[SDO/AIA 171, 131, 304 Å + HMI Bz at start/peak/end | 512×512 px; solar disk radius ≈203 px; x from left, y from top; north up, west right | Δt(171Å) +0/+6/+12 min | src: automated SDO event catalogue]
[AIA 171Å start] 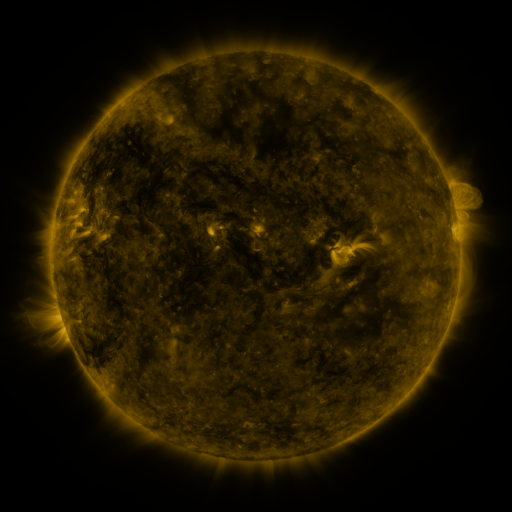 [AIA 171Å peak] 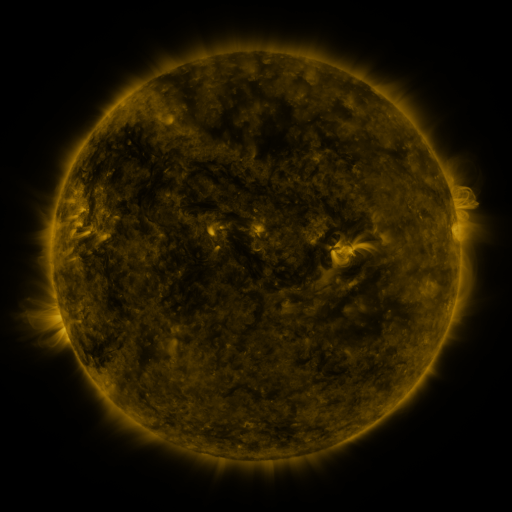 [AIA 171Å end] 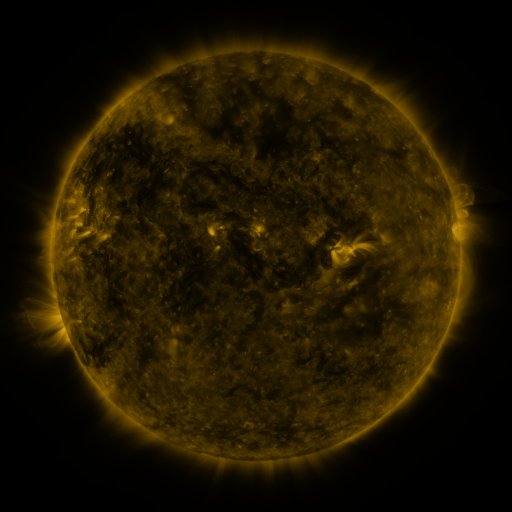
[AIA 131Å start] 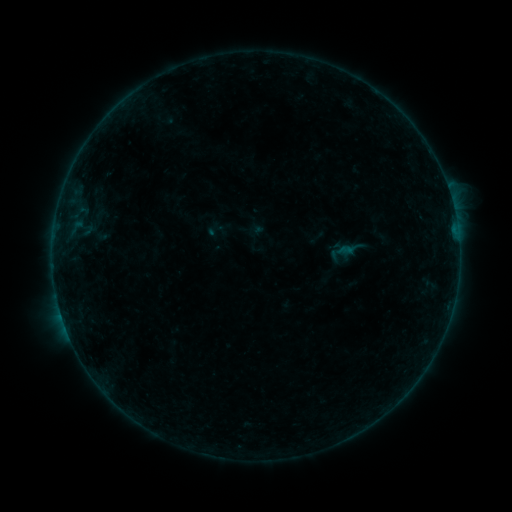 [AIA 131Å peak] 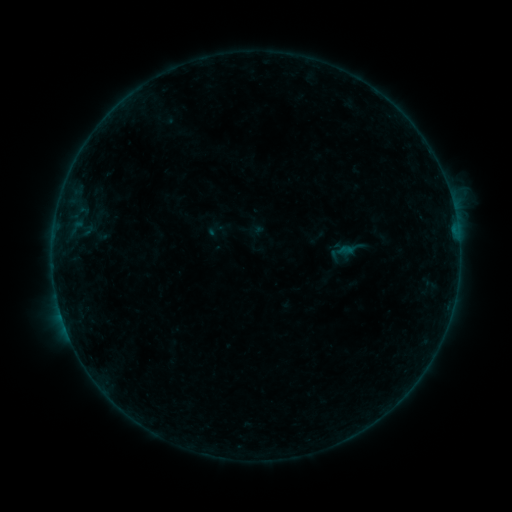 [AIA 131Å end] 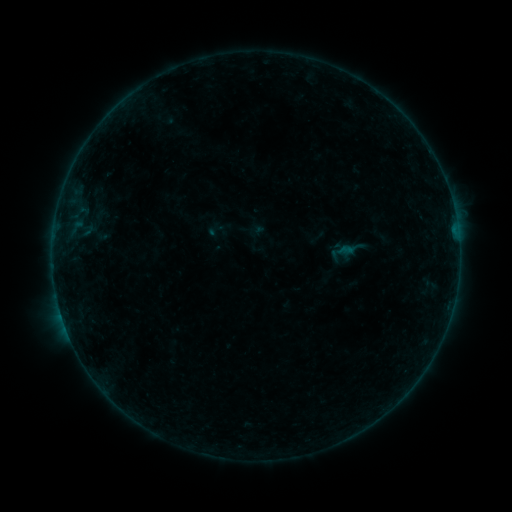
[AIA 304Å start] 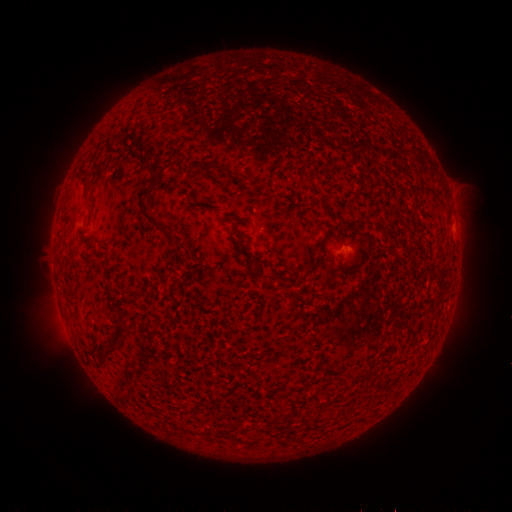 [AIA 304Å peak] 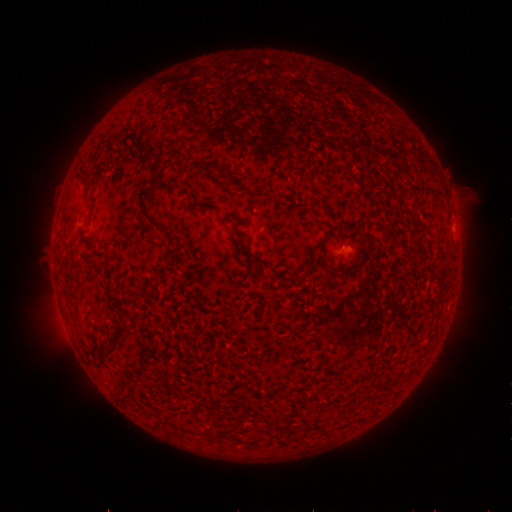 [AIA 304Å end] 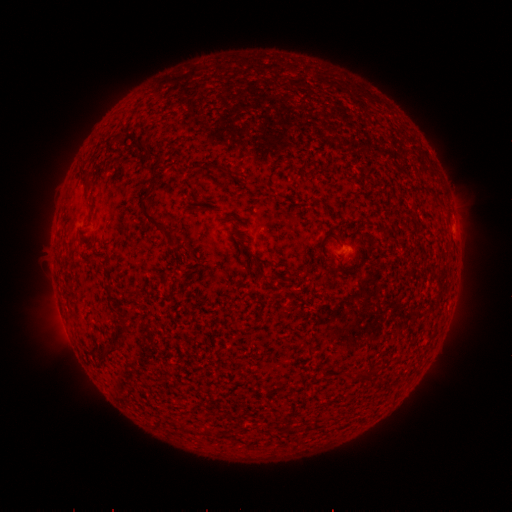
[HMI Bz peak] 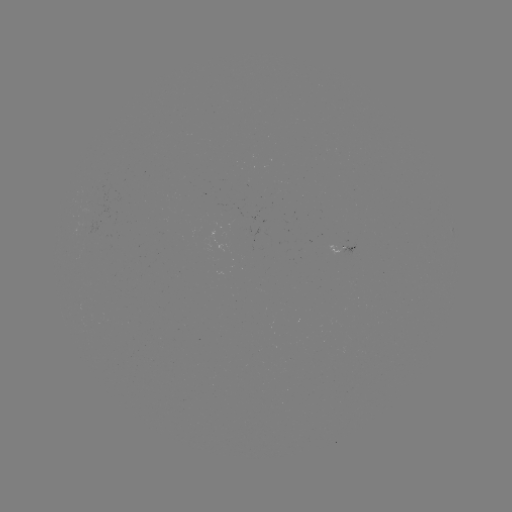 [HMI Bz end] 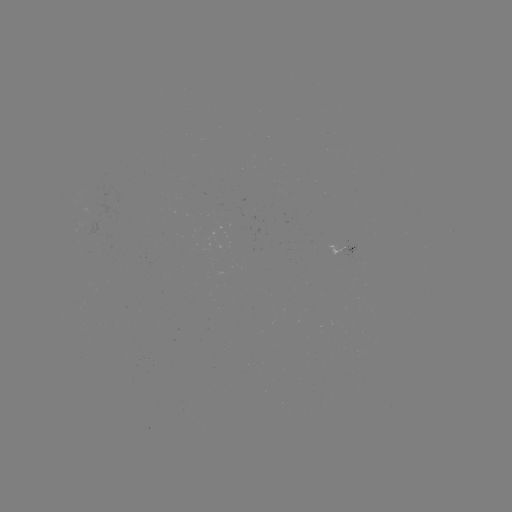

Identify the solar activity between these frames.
B2.0 flare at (450, 197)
